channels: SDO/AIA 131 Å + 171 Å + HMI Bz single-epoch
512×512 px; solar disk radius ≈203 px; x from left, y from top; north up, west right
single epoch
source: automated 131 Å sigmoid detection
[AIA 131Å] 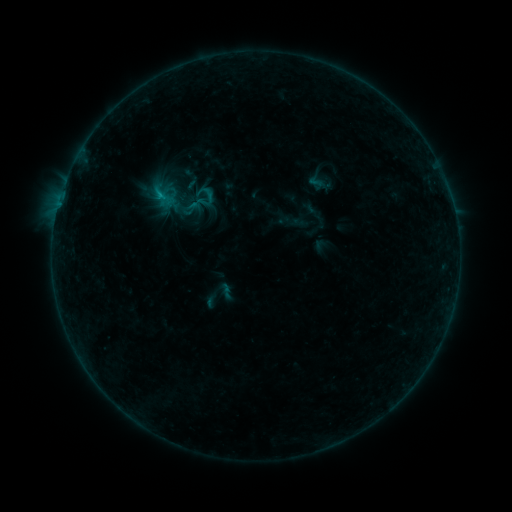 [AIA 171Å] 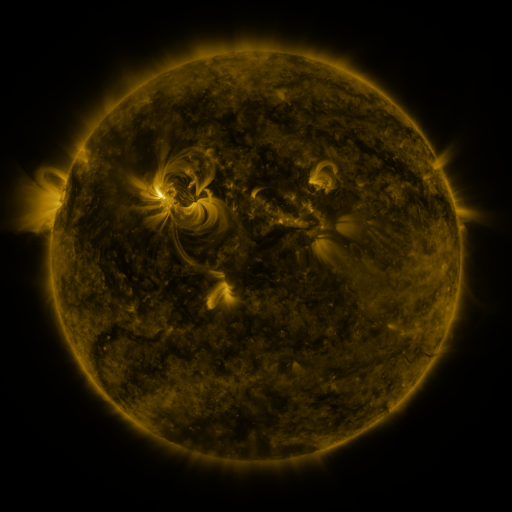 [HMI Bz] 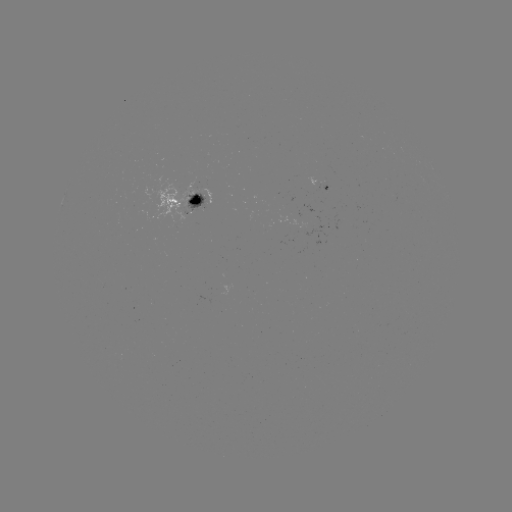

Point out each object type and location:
sigmoid: (305, 172, 330, 195)
